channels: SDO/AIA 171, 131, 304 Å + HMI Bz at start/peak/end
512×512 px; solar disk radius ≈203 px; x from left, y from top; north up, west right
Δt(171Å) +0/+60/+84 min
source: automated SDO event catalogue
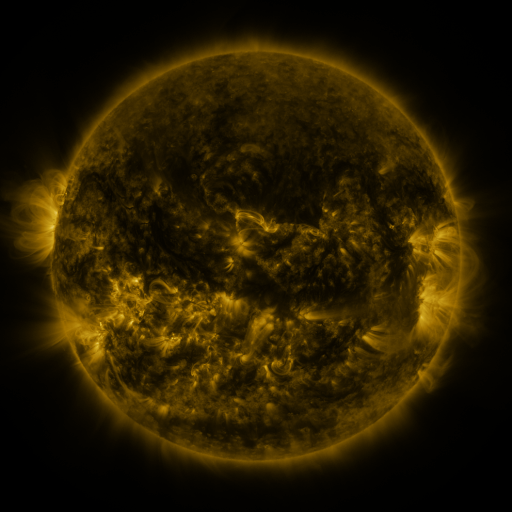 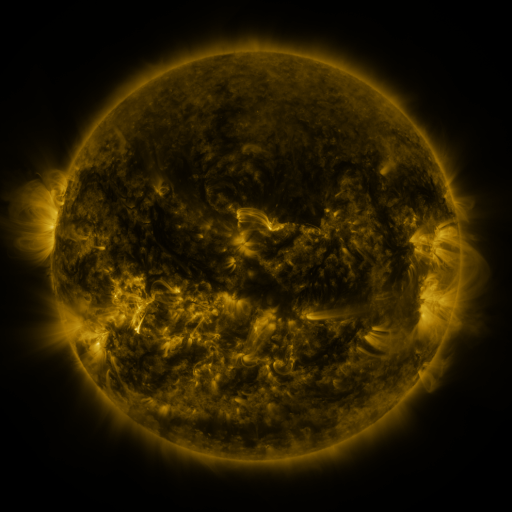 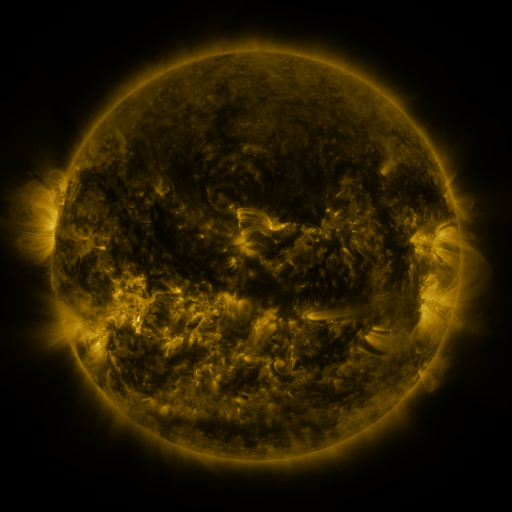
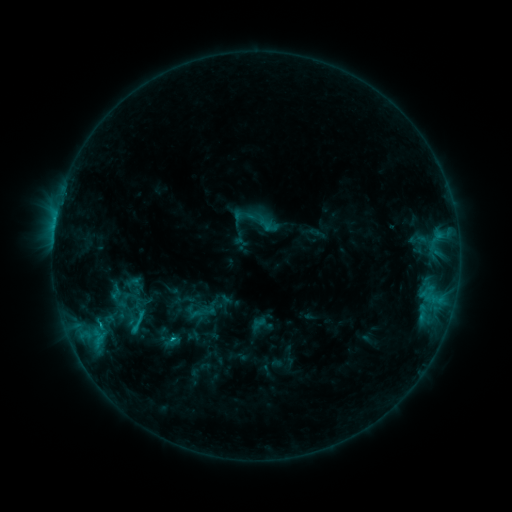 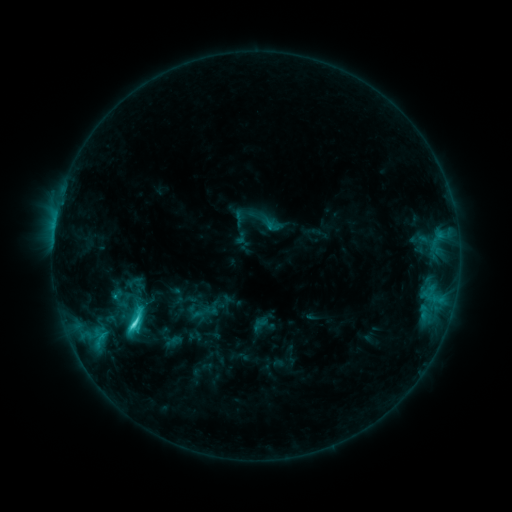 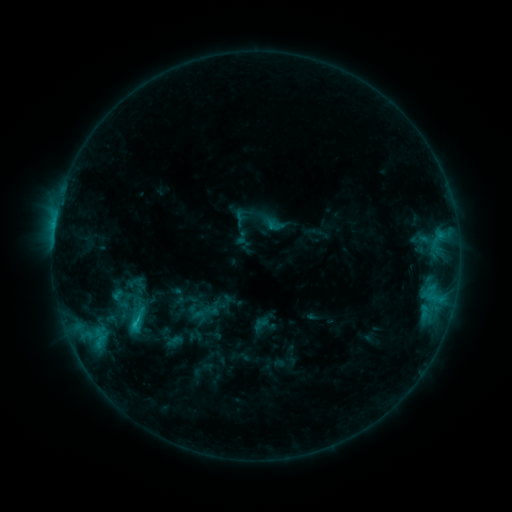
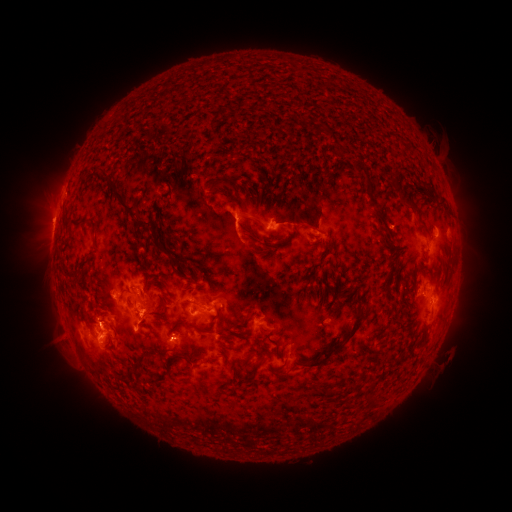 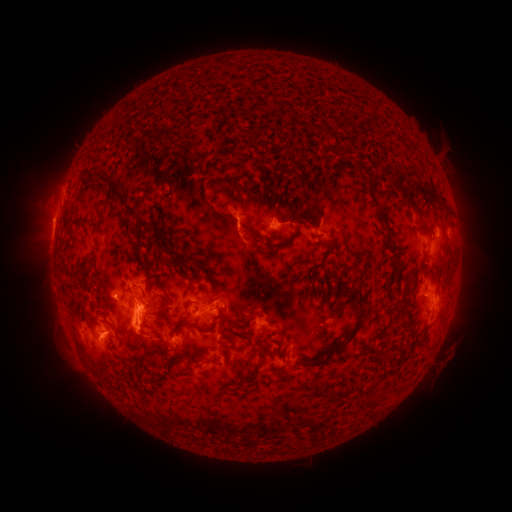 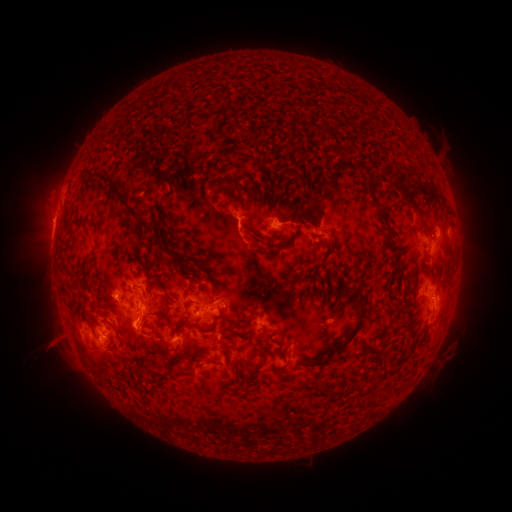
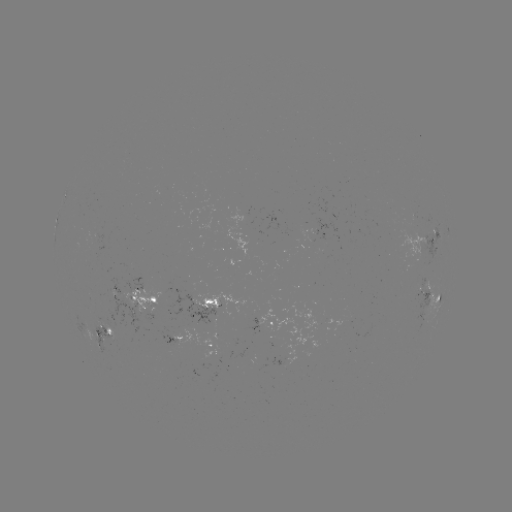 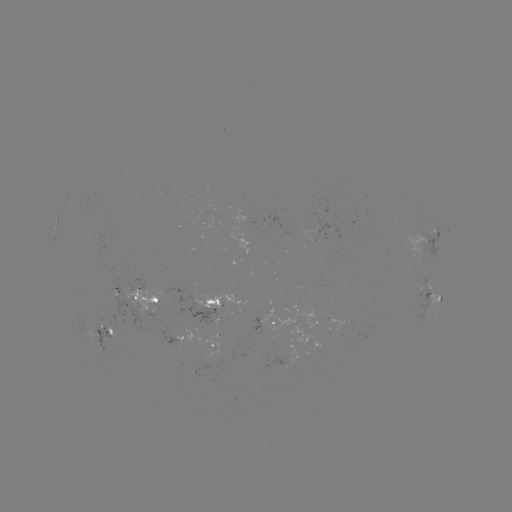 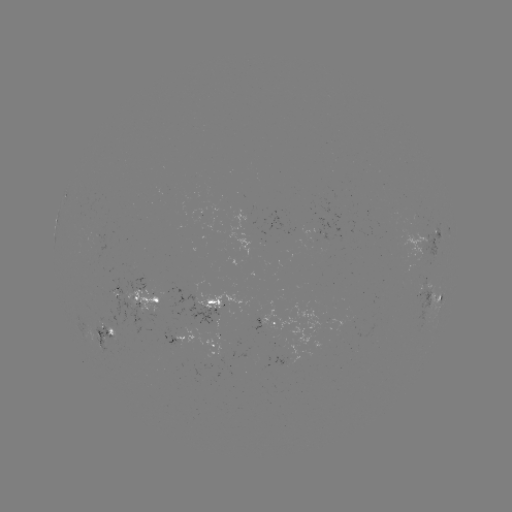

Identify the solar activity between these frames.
emerging-flux region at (311, 221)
